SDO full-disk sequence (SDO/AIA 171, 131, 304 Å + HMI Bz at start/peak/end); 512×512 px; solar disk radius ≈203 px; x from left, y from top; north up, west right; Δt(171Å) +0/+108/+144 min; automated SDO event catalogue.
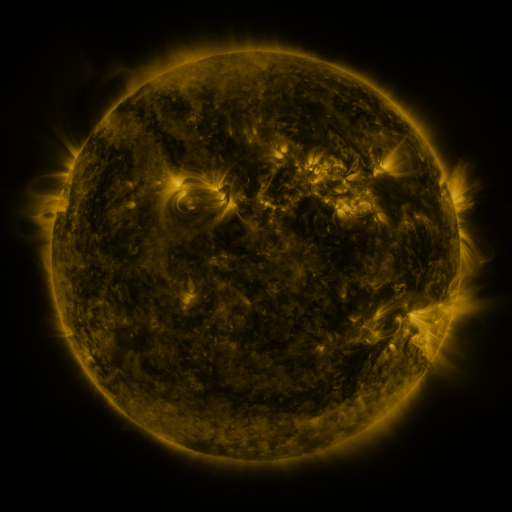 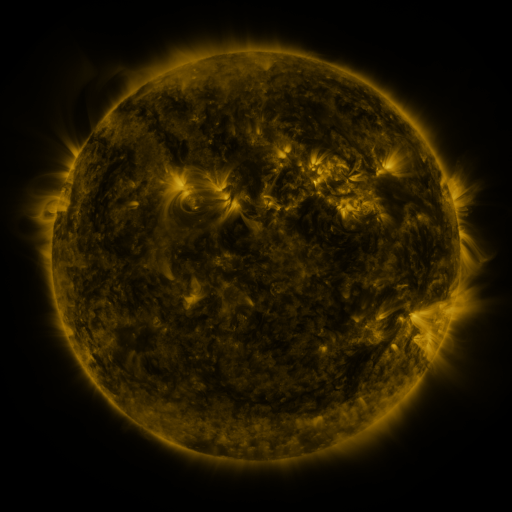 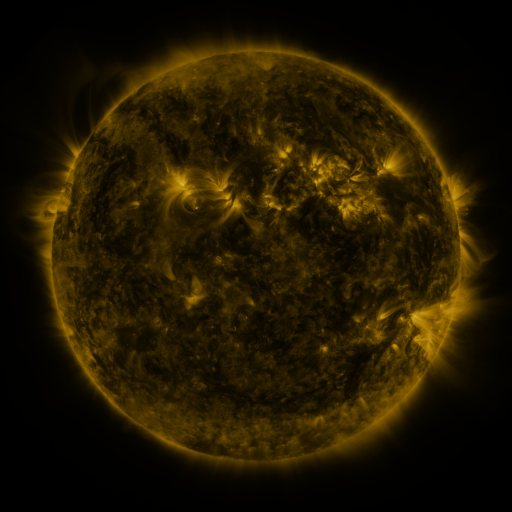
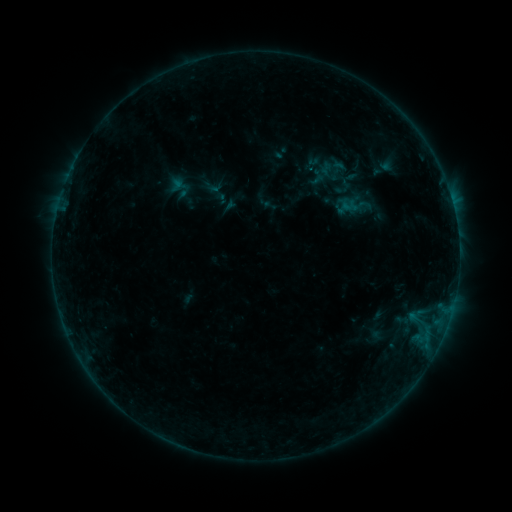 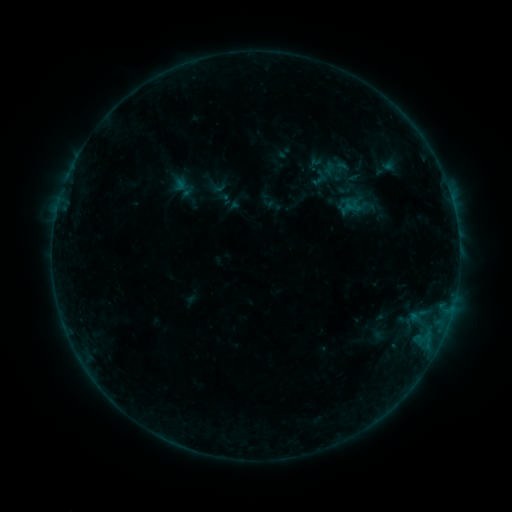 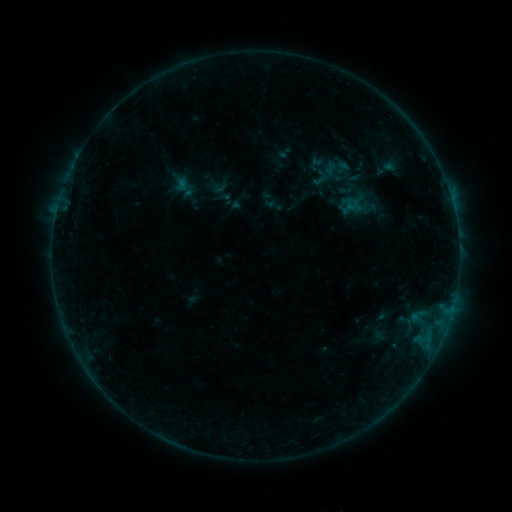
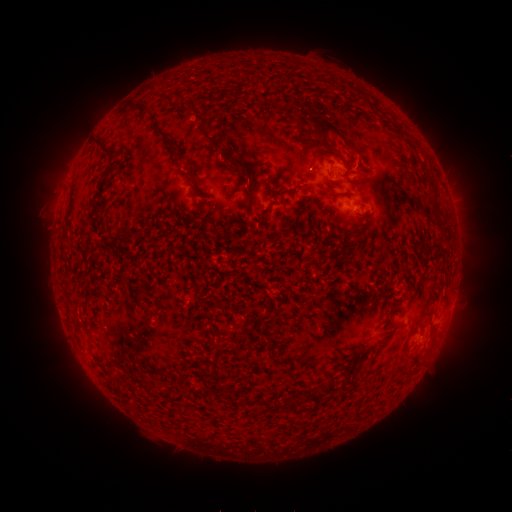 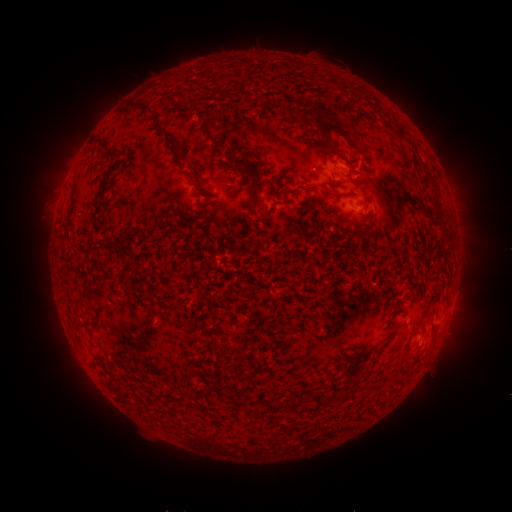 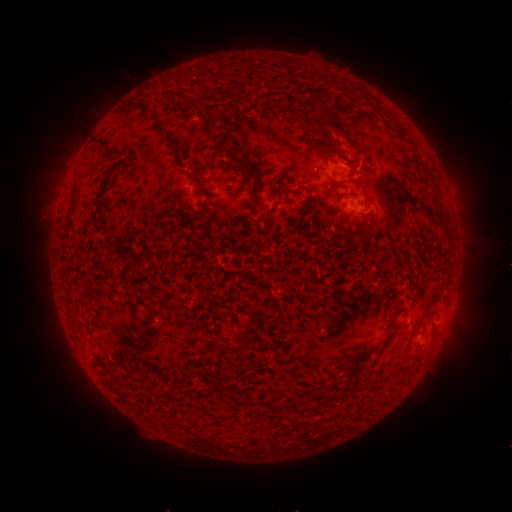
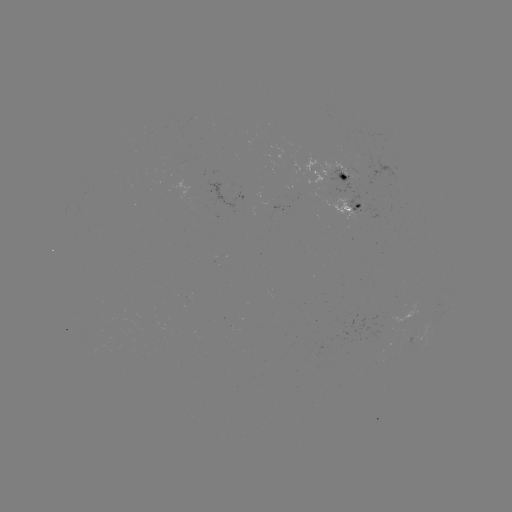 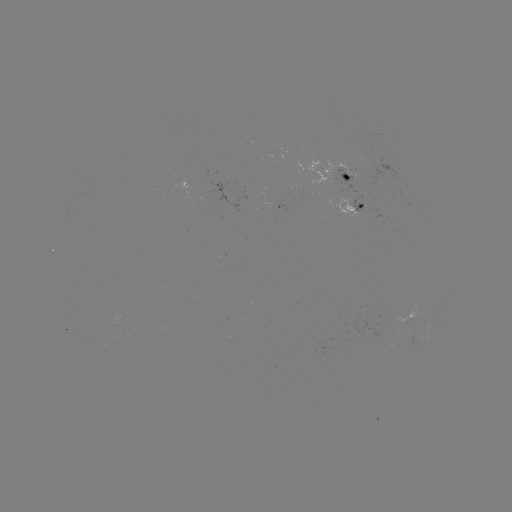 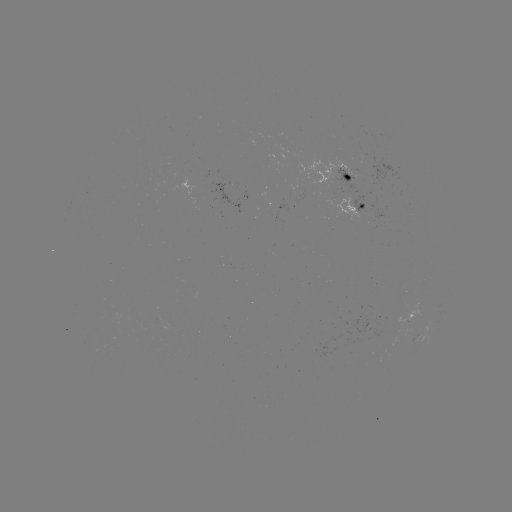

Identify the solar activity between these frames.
emerging-flux region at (360, 152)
